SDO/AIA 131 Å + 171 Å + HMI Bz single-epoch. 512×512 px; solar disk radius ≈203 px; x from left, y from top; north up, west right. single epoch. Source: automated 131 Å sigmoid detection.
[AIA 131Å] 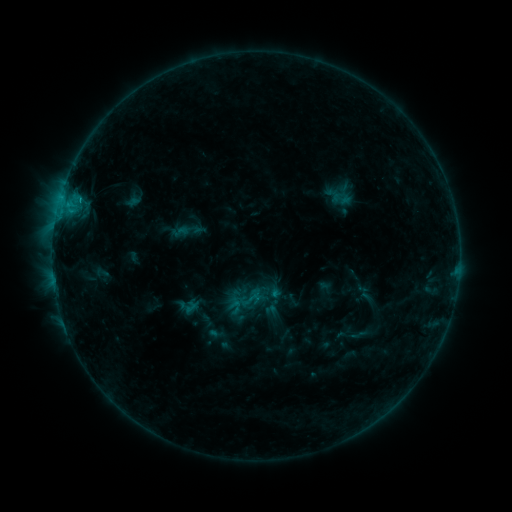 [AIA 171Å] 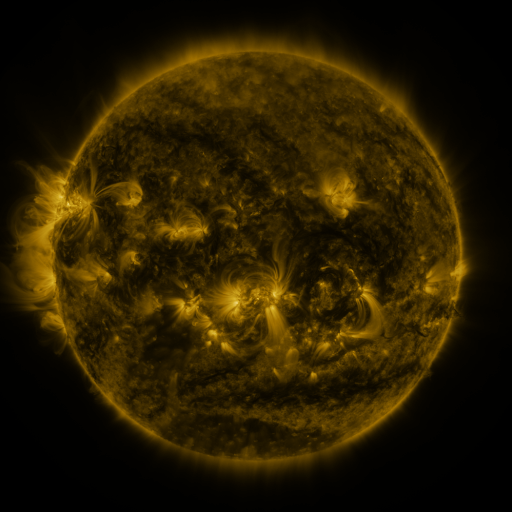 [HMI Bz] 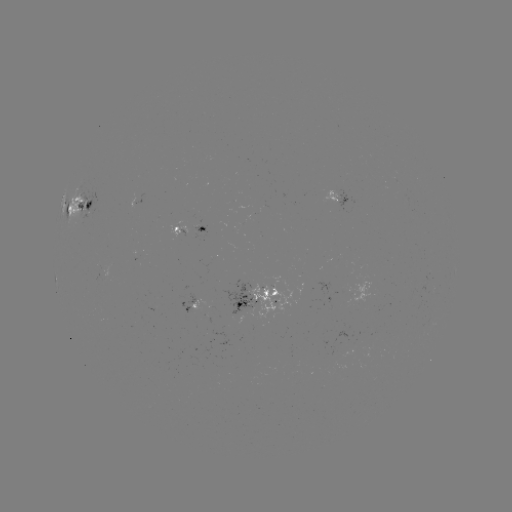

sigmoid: (243, 290, 261, 309)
